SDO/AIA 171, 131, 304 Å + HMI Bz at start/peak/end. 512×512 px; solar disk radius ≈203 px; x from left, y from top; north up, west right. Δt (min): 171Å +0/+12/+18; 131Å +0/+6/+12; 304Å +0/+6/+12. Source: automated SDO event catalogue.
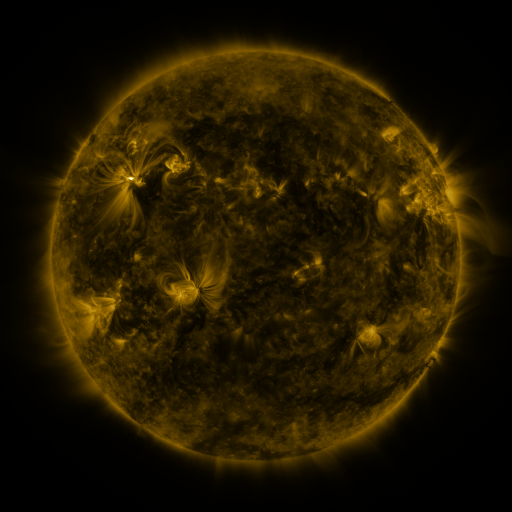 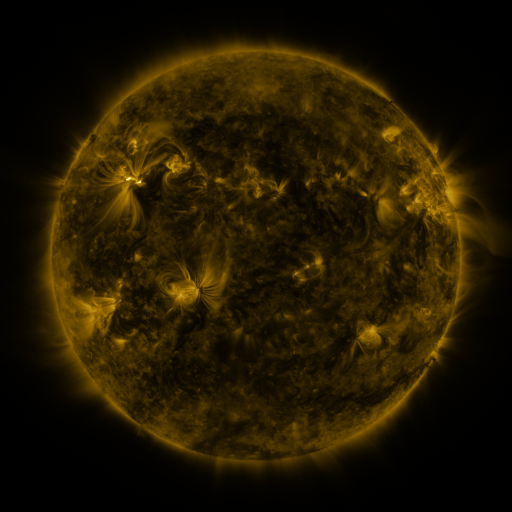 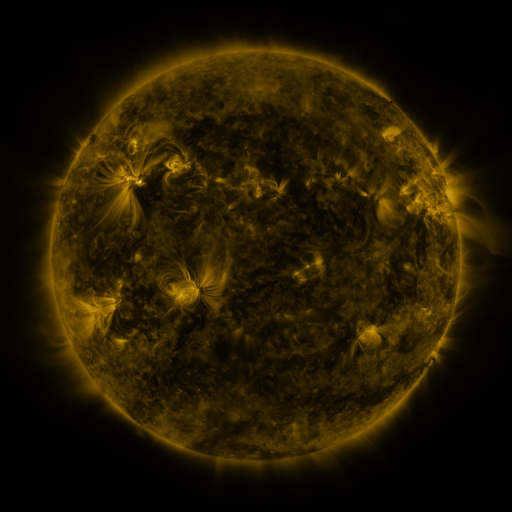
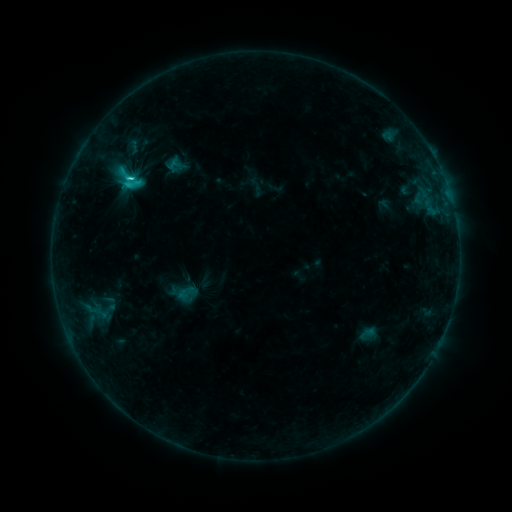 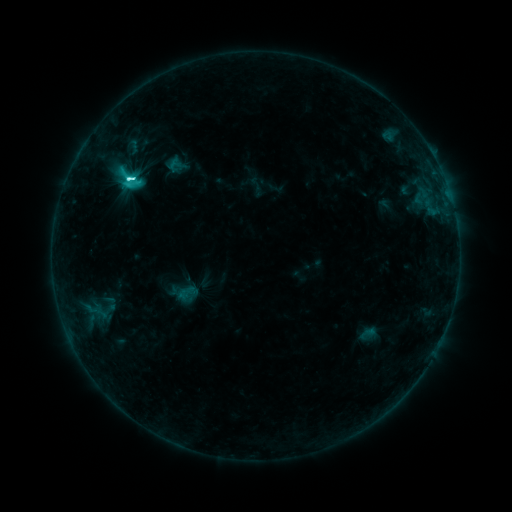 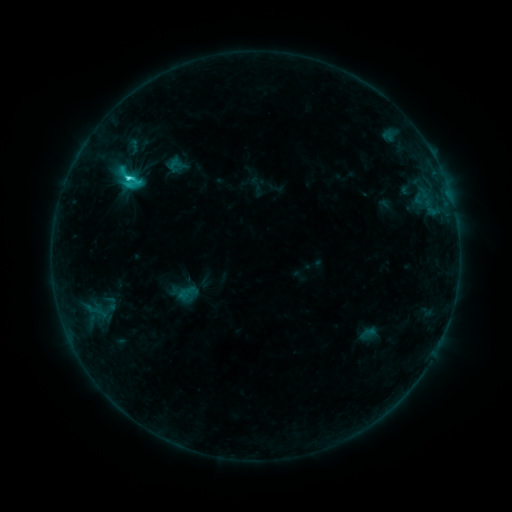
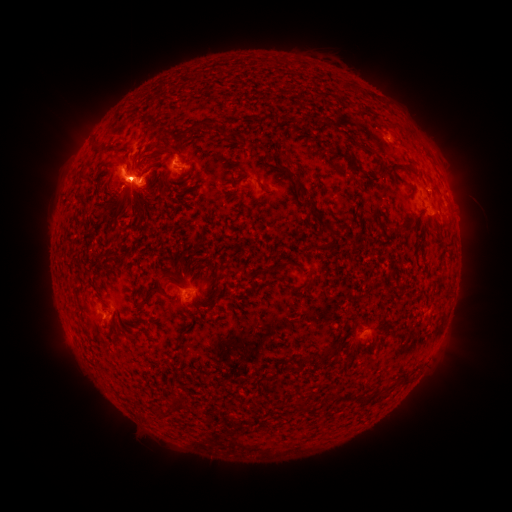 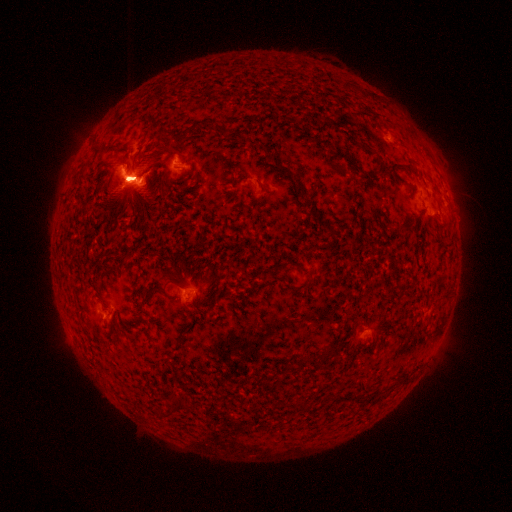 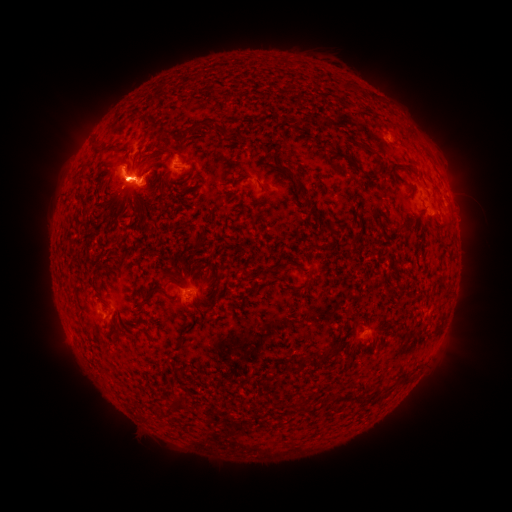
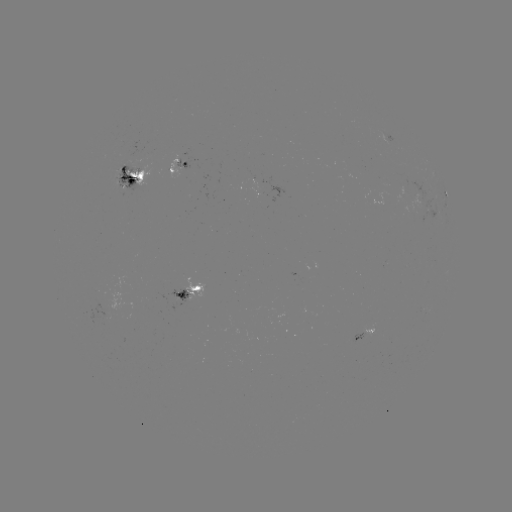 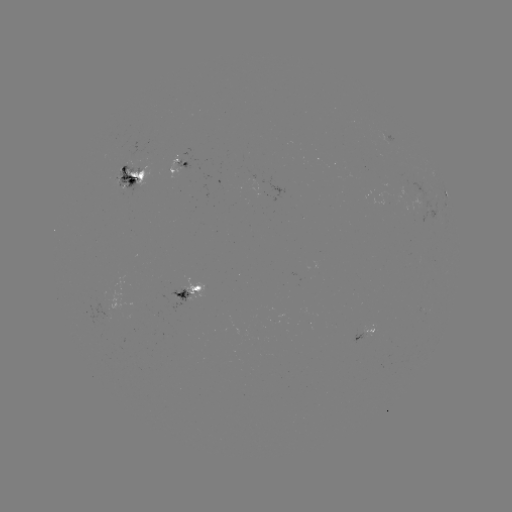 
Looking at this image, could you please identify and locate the eruption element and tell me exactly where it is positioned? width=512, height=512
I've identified eruption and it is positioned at (437, 169).